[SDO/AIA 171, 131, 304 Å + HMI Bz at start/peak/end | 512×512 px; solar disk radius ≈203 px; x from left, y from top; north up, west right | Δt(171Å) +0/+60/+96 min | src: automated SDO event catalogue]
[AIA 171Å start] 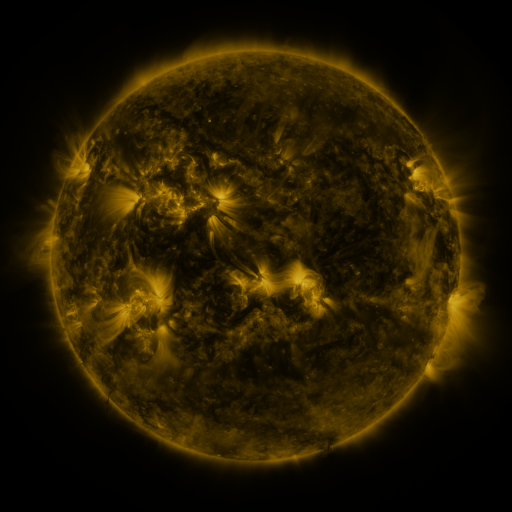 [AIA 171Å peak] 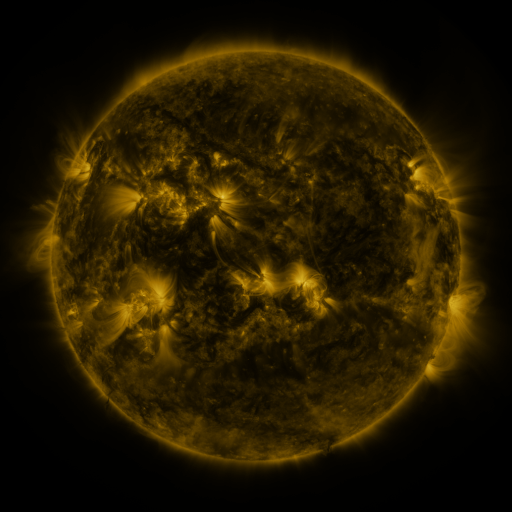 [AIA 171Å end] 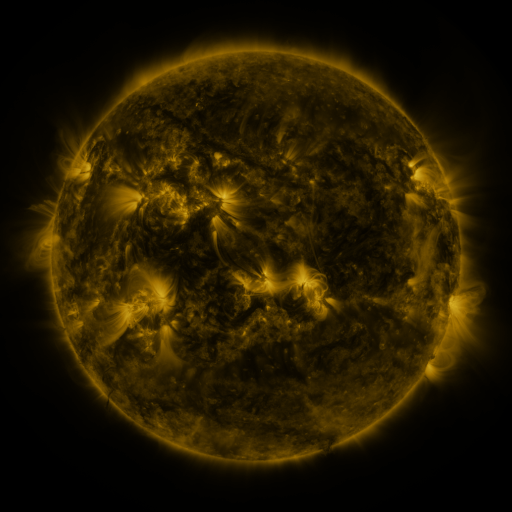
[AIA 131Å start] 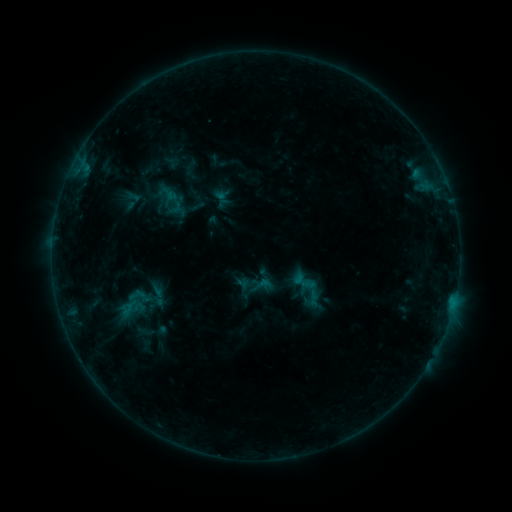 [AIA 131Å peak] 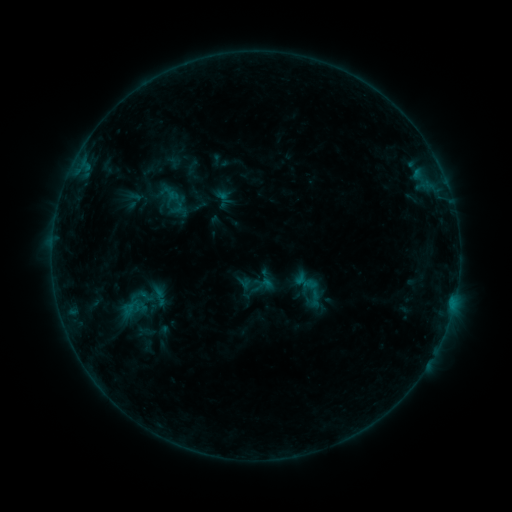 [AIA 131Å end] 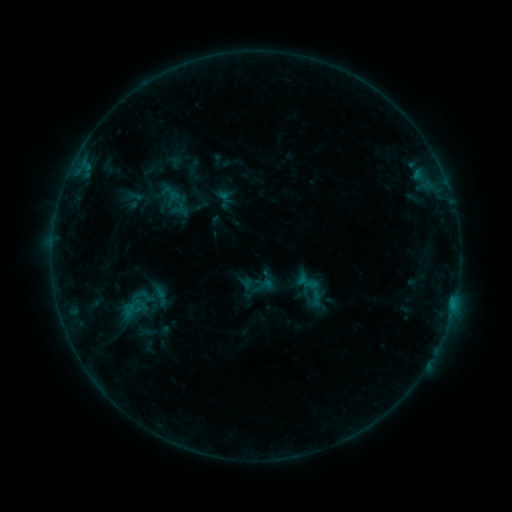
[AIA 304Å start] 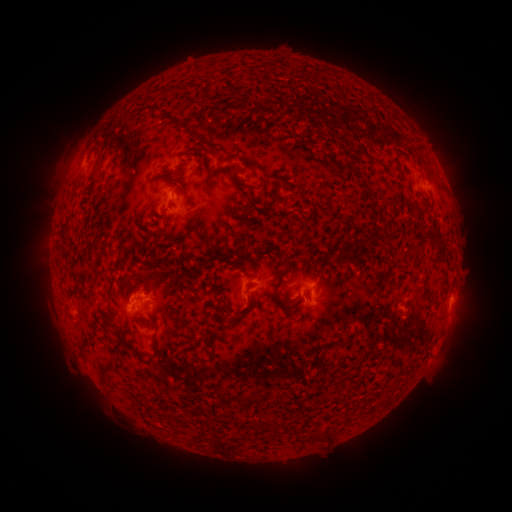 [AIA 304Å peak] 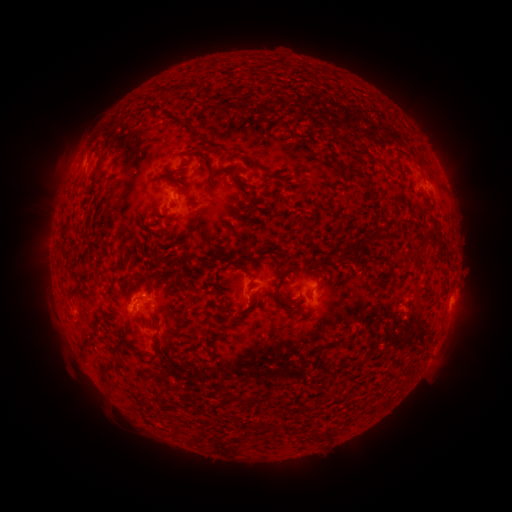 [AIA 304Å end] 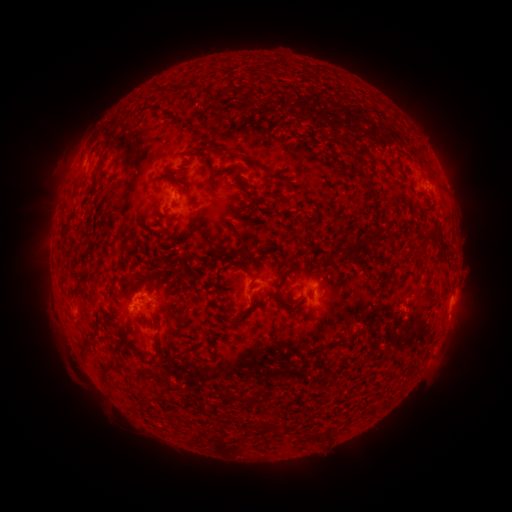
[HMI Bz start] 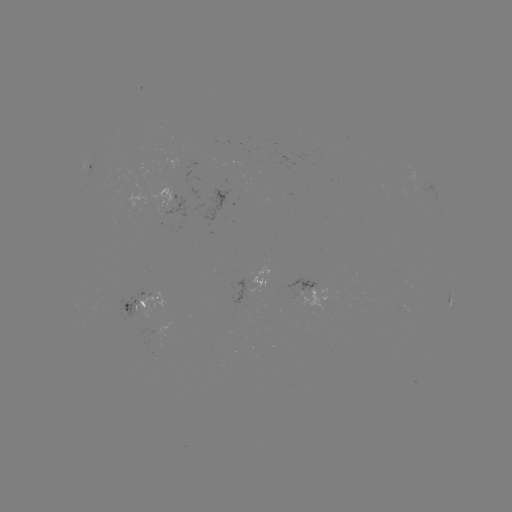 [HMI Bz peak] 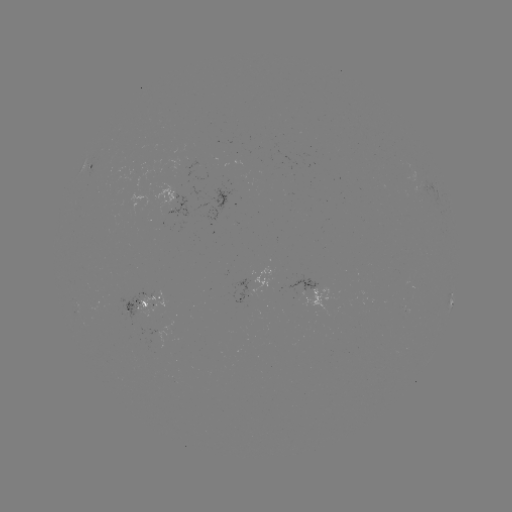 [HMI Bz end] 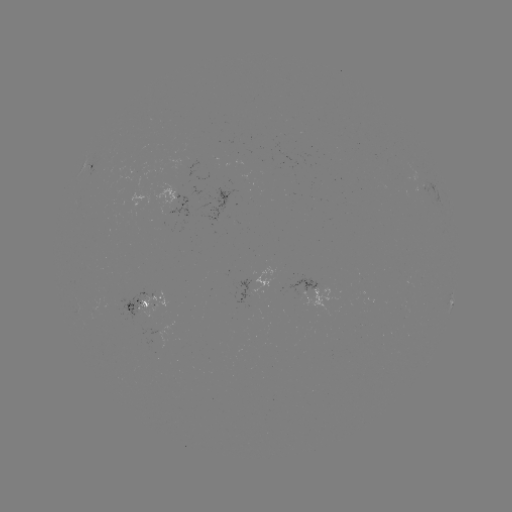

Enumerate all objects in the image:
emerging-flux region: (339, 117)
